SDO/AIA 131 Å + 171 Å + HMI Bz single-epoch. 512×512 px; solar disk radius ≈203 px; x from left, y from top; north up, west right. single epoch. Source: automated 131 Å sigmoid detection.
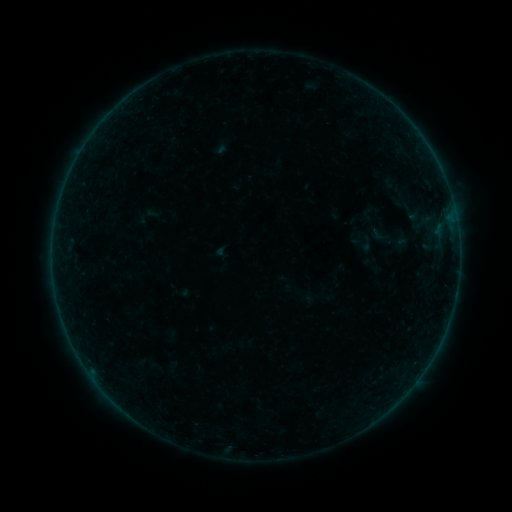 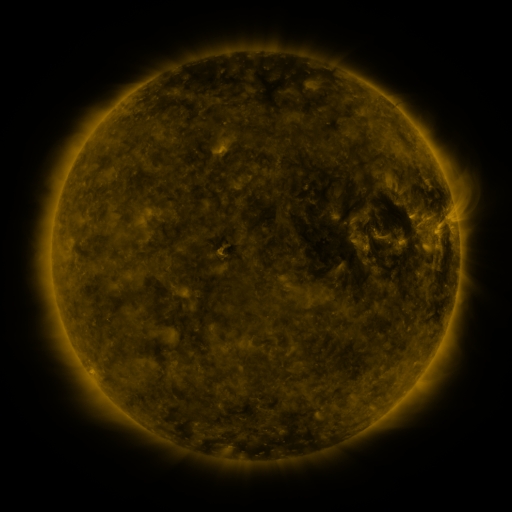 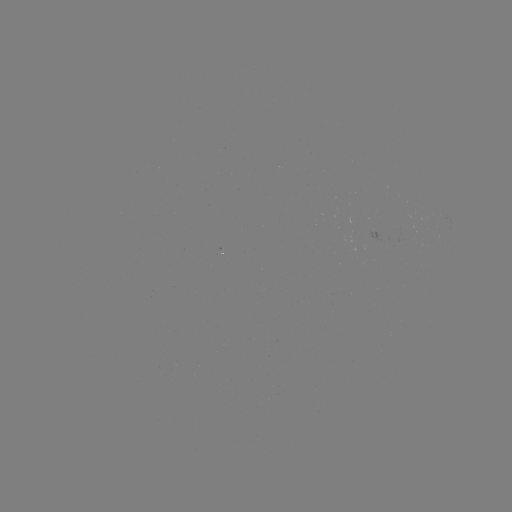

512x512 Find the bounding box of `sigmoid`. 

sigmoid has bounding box [356, 235, 376, 253].